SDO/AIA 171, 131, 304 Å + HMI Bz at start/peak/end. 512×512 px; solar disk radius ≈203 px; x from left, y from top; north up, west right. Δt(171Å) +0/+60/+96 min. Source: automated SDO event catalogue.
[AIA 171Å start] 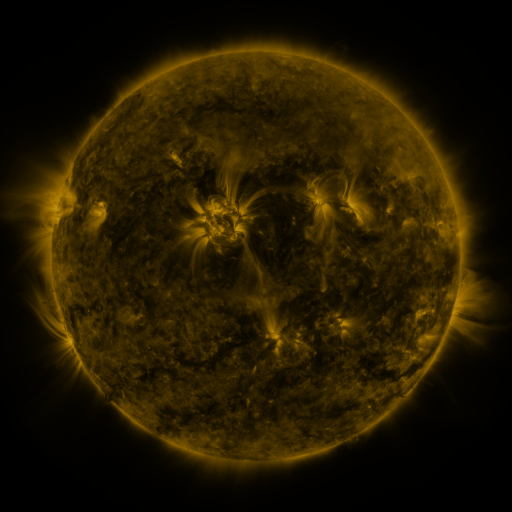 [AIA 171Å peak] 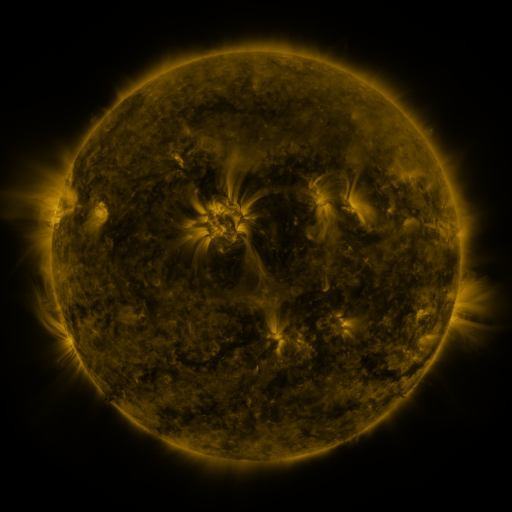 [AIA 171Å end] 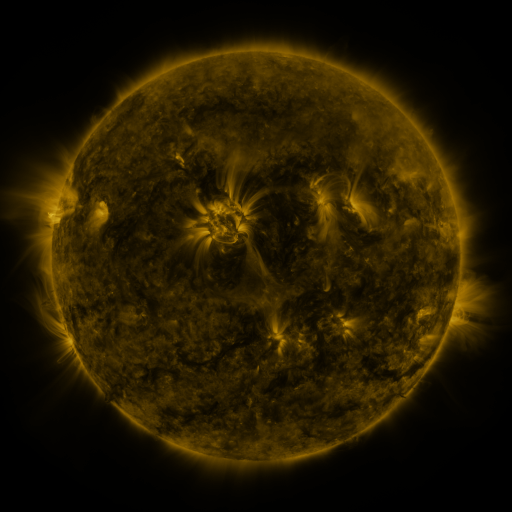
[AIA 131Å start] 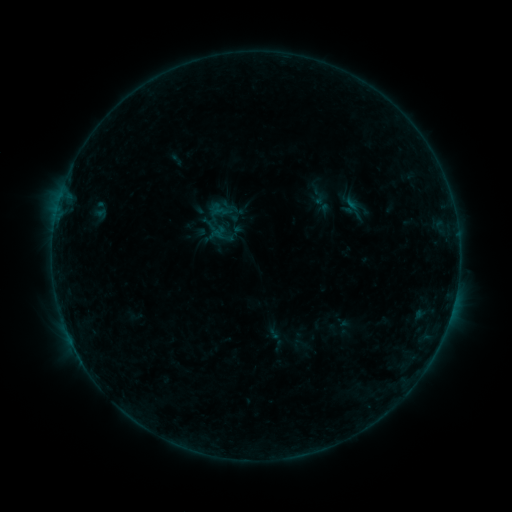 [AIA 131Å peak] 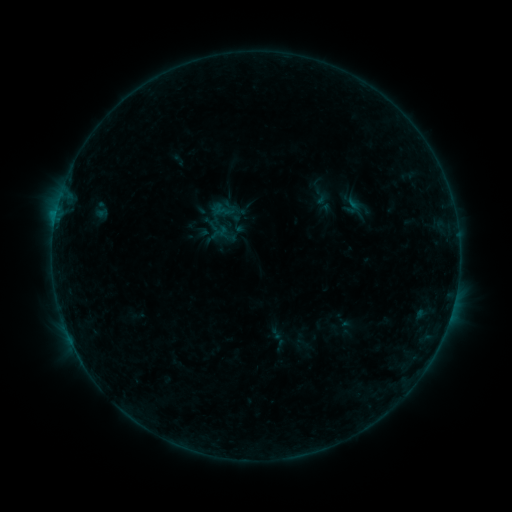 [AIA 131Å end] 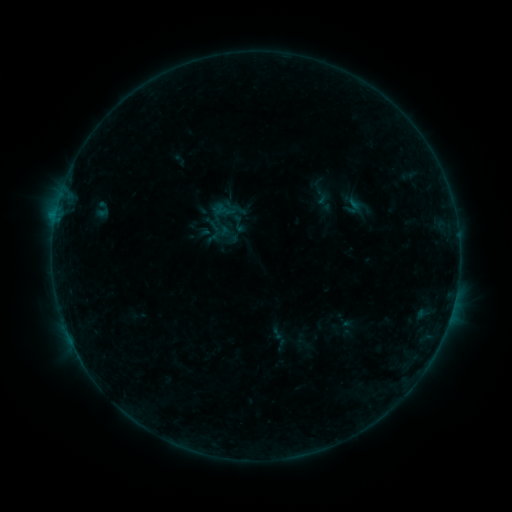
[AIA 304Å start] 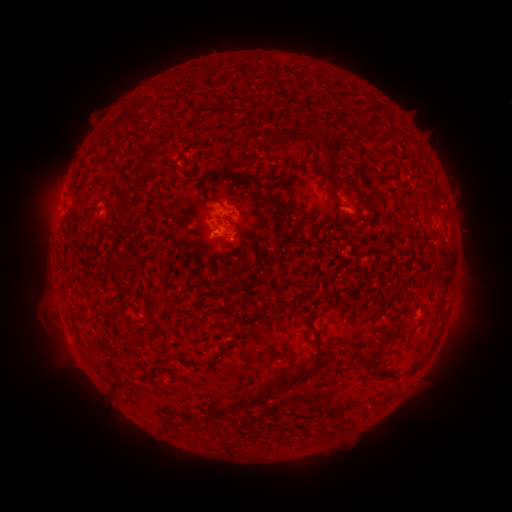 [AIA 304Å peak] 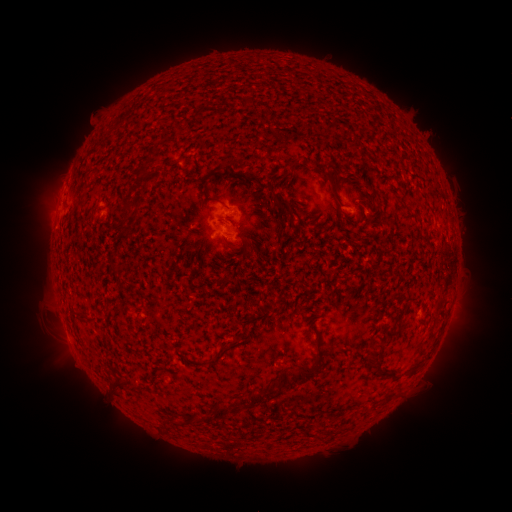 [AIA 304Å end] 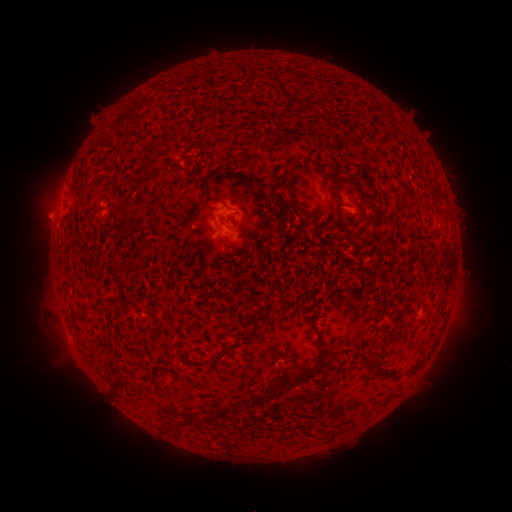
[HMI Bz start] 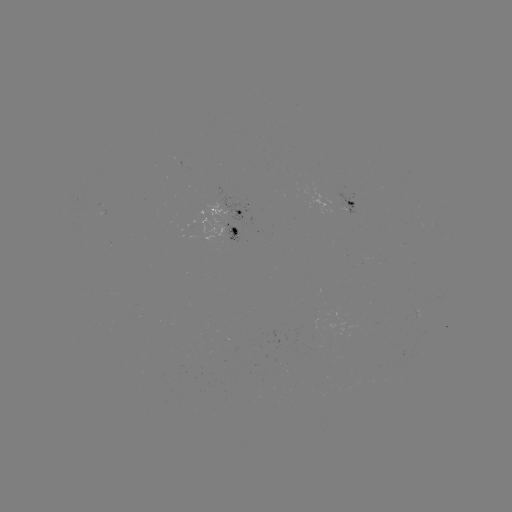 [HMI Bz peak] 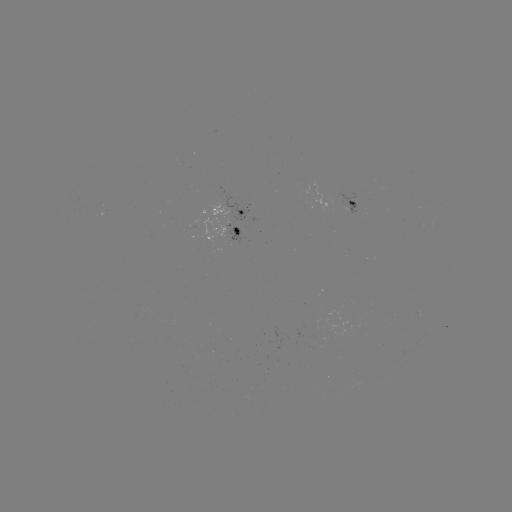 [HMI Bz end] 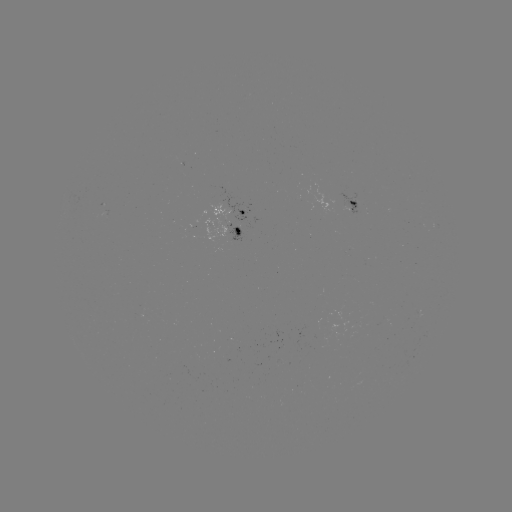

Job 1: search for emerging-flux region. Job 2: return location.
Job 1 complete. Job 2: [354, 202].